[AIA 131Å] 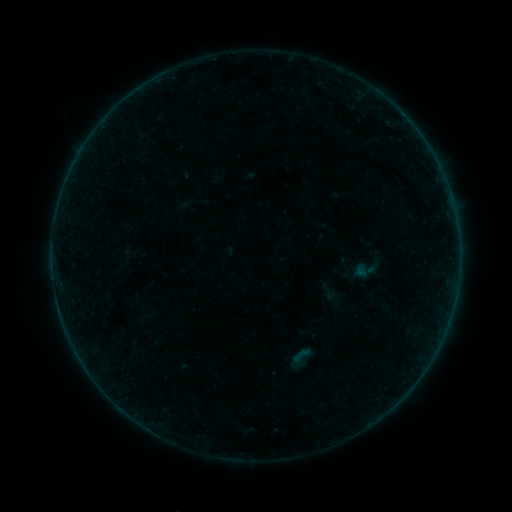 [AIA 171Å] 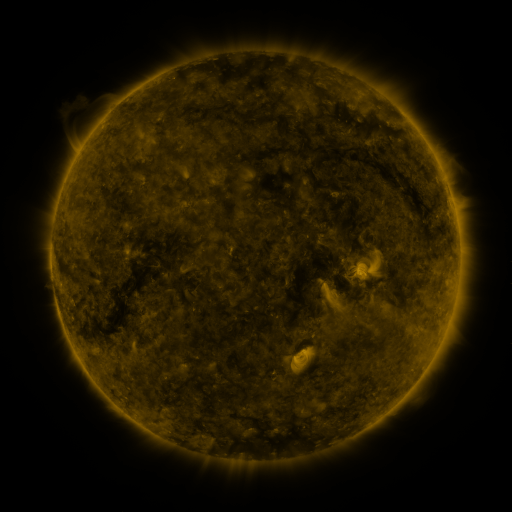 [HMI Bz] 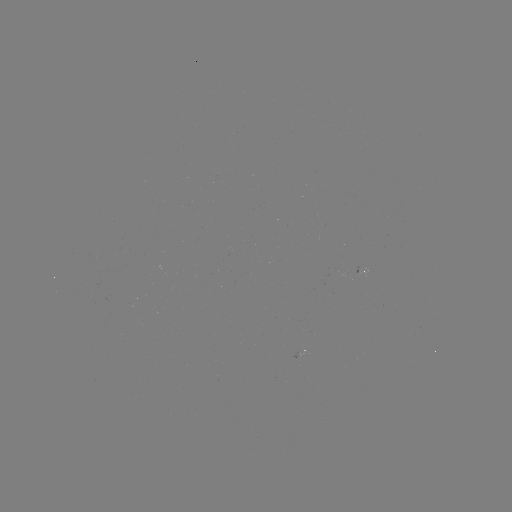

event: sigmoid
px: (329, 292)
